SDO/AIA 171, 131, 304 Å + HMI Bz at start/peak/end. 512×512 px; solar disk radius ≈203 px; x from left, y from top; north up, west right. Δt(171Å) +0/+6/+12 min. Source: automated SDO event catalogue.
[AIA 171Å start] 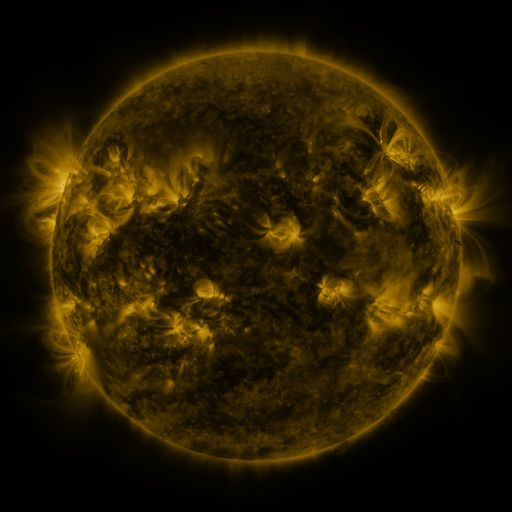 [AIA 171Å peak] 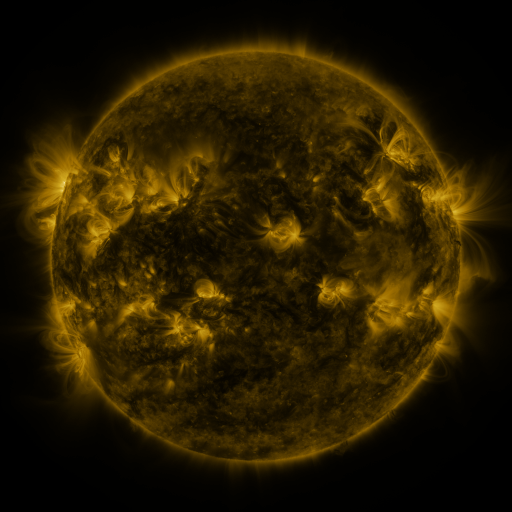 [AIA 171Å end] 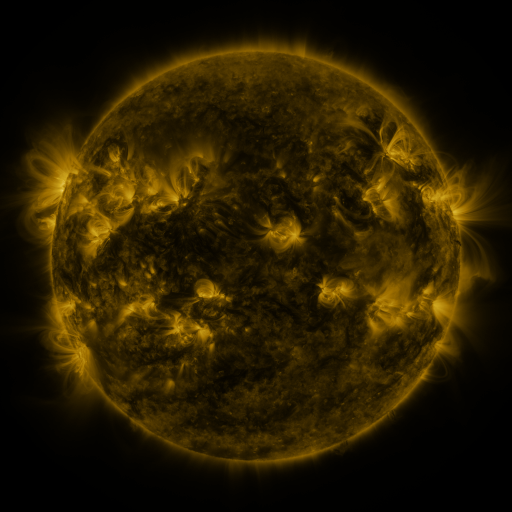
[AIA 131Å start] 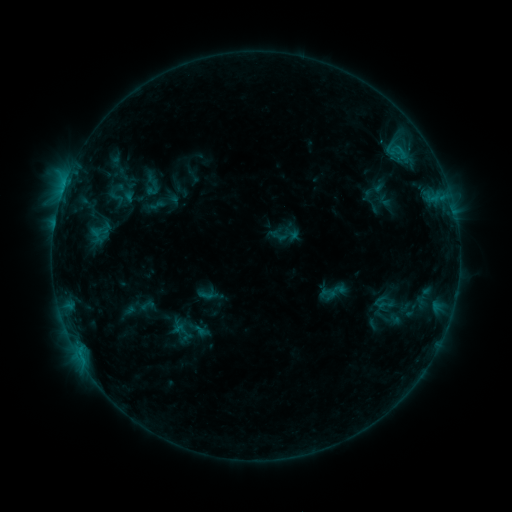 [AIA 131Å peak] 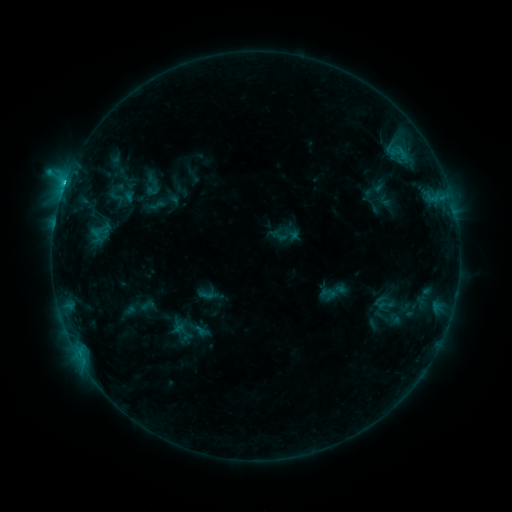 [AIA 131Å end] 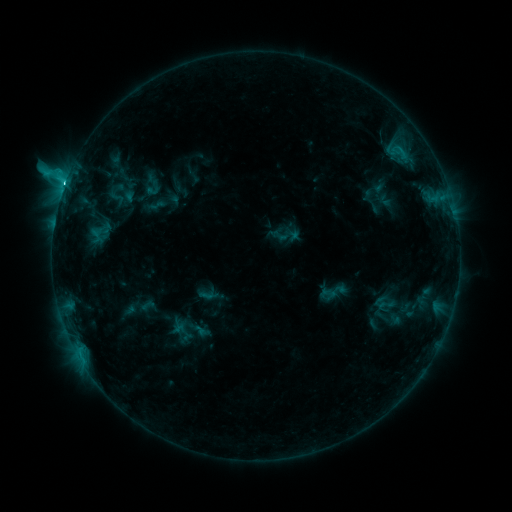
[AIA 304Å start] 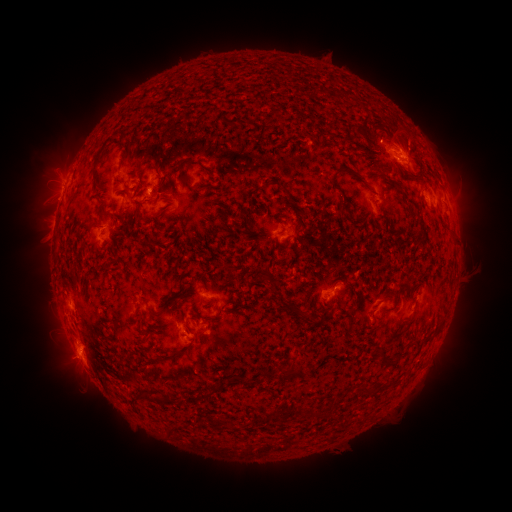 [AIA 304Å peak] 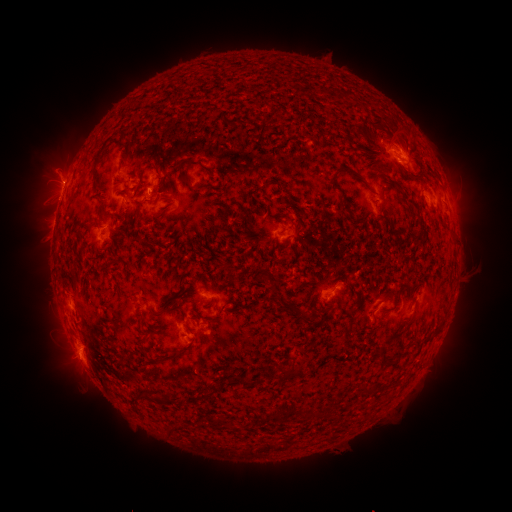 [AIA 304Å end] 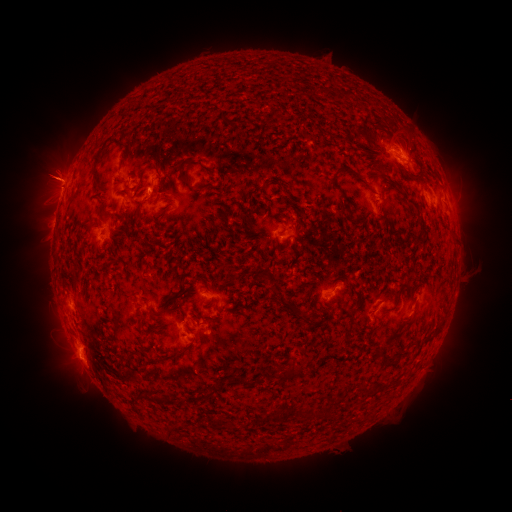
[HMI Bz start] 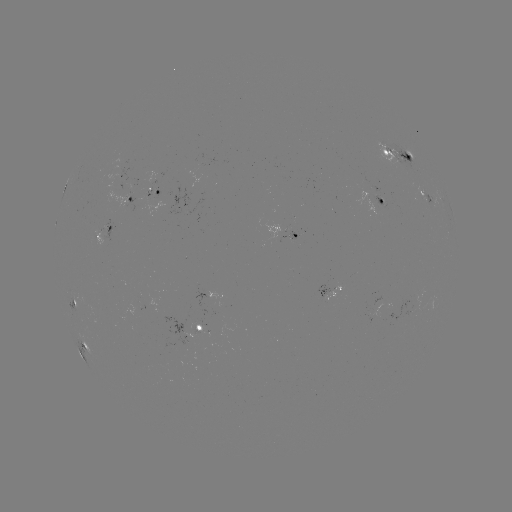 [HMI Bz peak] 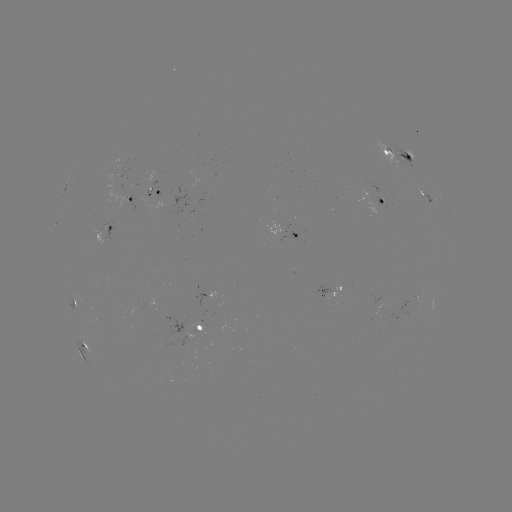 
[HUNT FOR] M1.7 flare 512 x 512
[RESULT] (65, 186)